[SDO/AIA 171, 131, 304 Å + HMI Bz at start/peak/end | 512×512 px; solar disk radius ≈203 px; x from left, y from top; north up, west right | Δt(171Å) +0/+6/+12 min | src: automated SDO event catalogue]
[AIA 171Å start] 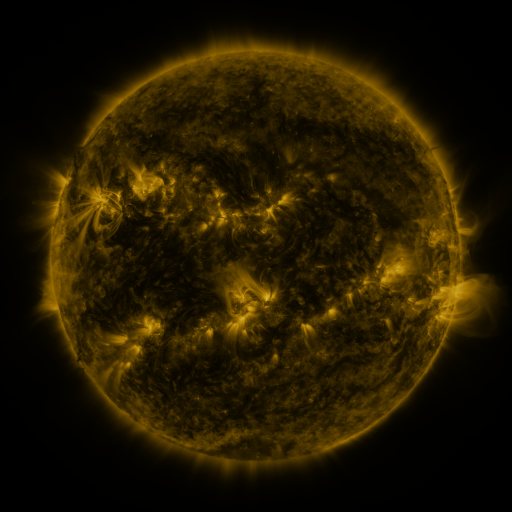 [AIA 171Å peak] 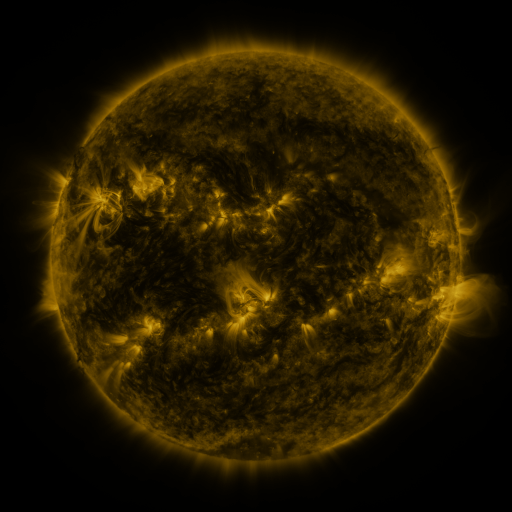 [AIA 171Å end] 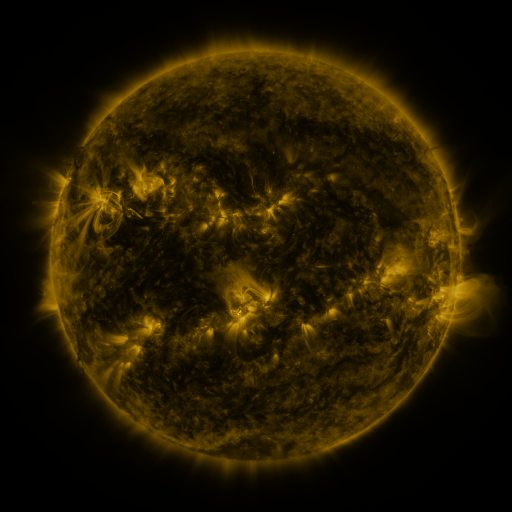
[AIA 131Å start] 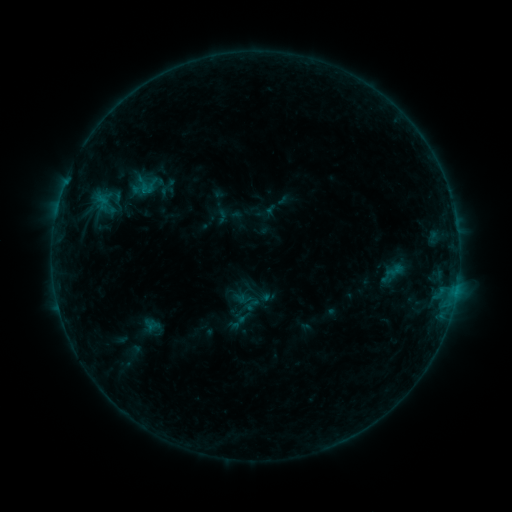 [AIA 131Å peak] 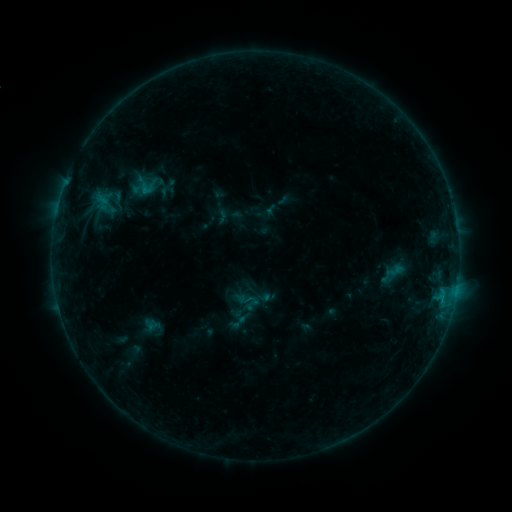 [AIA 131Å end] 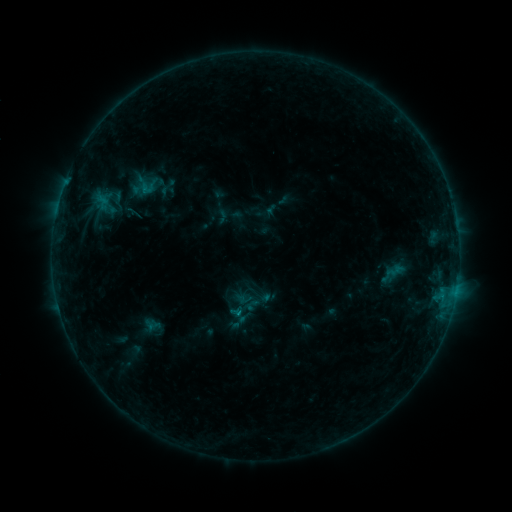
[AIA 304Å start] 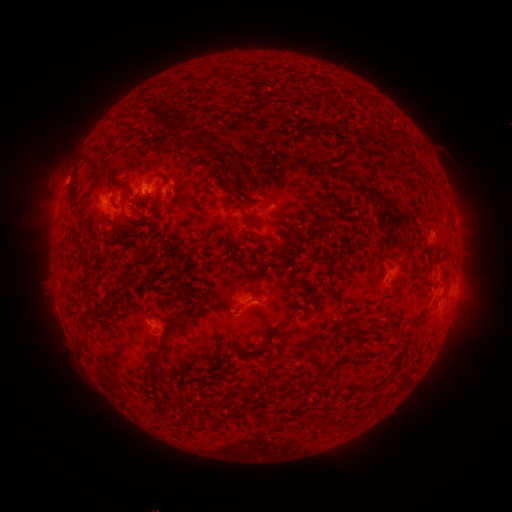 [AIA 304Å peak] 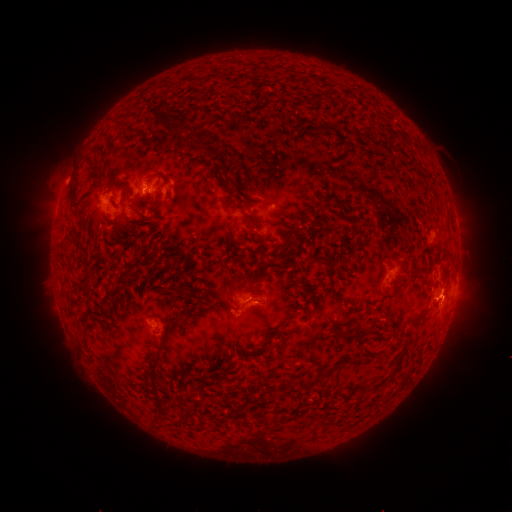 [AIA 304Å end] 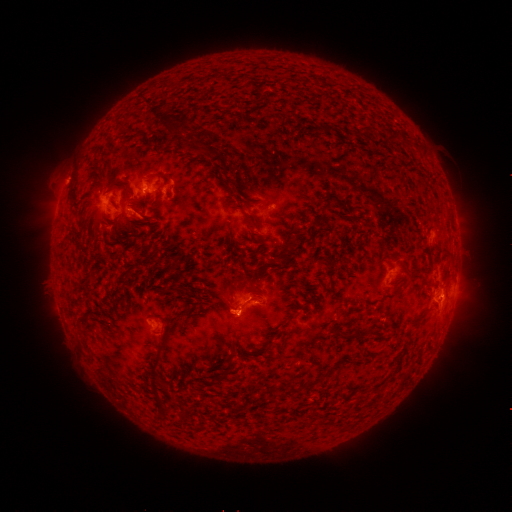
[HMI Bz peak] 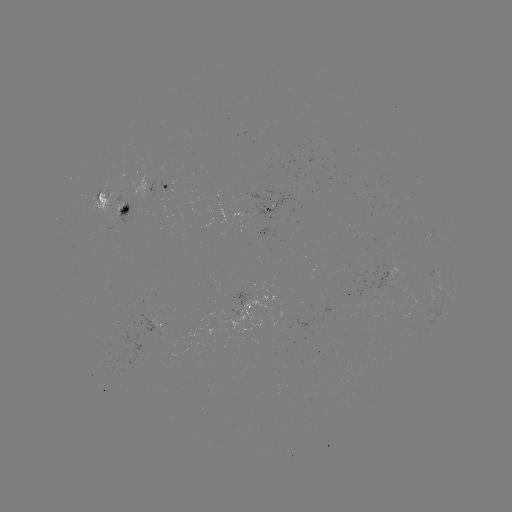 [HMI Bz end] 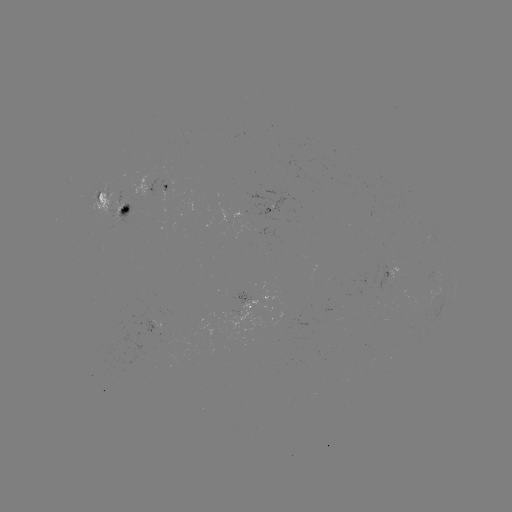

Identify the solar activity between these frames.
B5.9 flare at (146, 193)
